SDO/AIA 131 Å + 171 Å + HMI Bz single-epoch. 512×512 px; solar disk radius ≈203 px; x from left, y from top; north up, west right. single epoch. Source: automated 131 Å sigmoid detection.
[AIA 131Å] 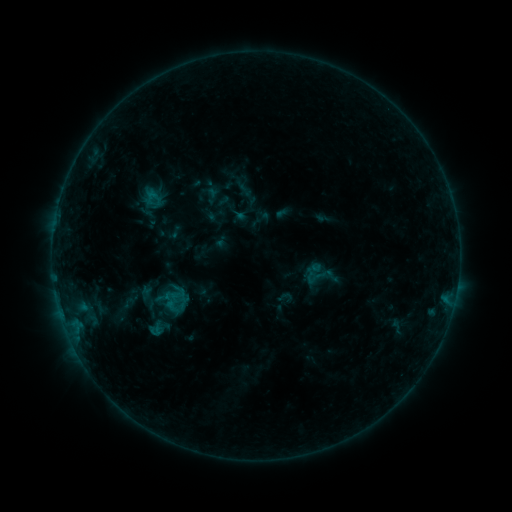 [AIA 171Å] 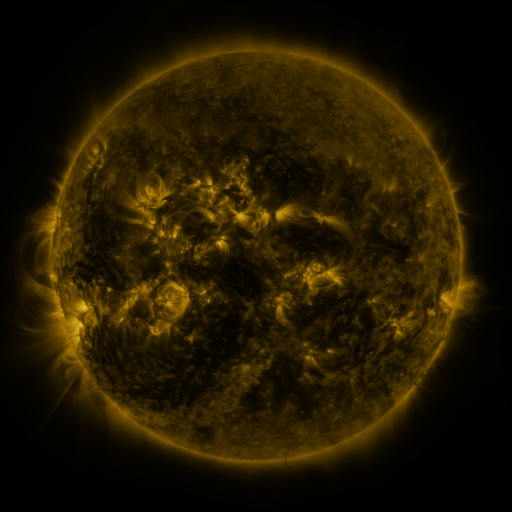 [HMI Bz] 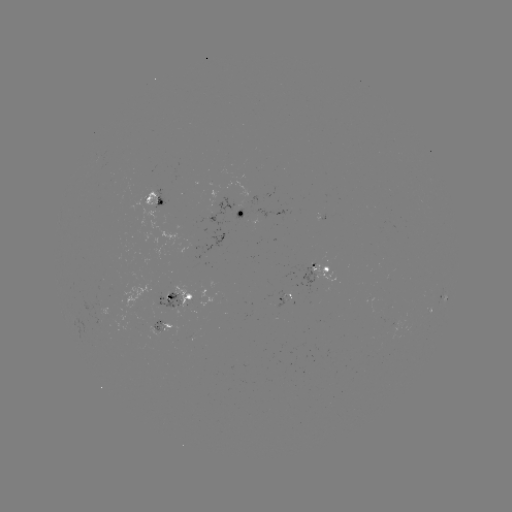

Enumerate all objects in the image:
sigmoid: (277, 289, 293, 306)
